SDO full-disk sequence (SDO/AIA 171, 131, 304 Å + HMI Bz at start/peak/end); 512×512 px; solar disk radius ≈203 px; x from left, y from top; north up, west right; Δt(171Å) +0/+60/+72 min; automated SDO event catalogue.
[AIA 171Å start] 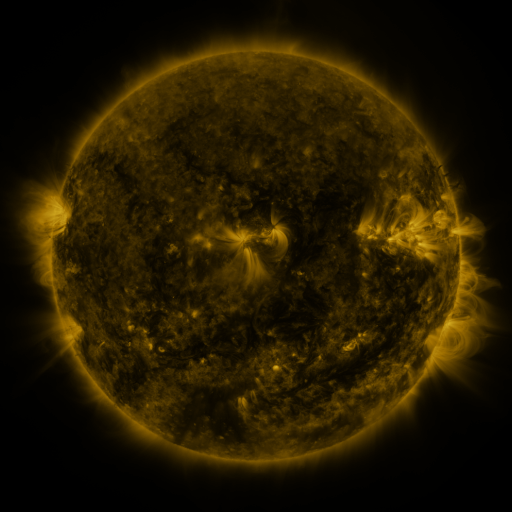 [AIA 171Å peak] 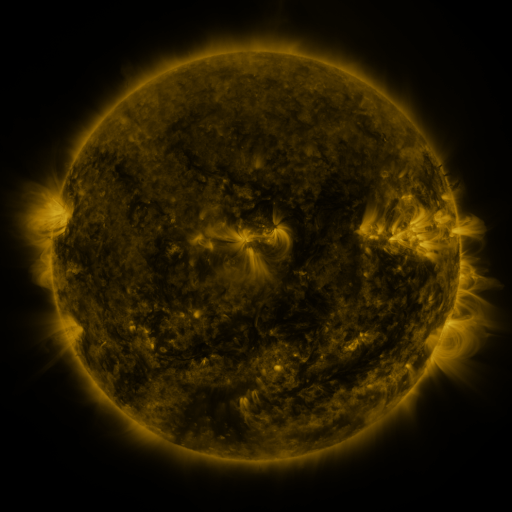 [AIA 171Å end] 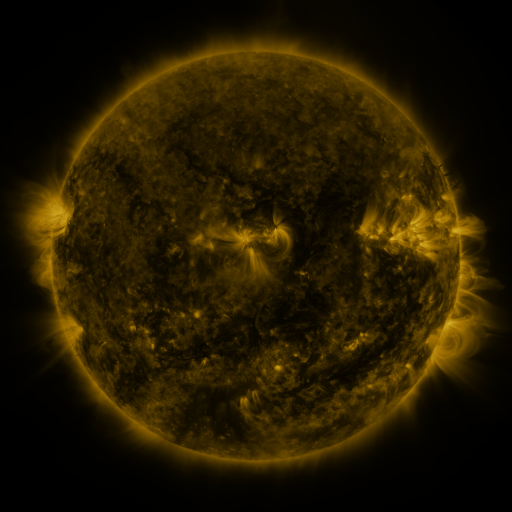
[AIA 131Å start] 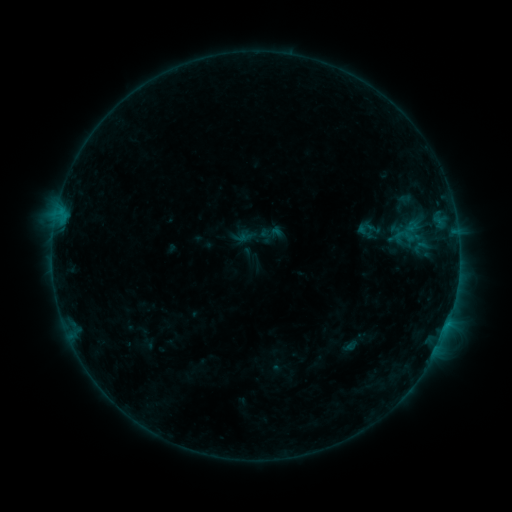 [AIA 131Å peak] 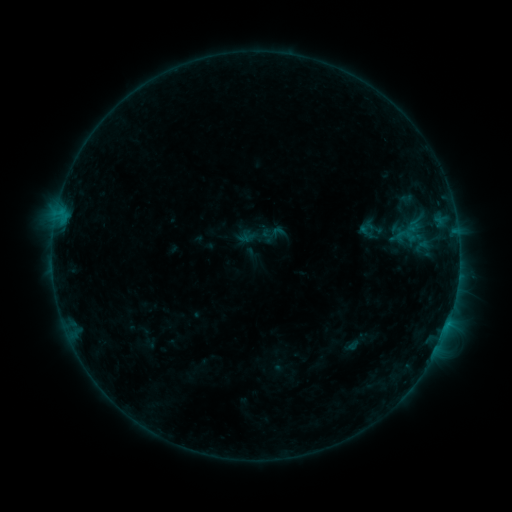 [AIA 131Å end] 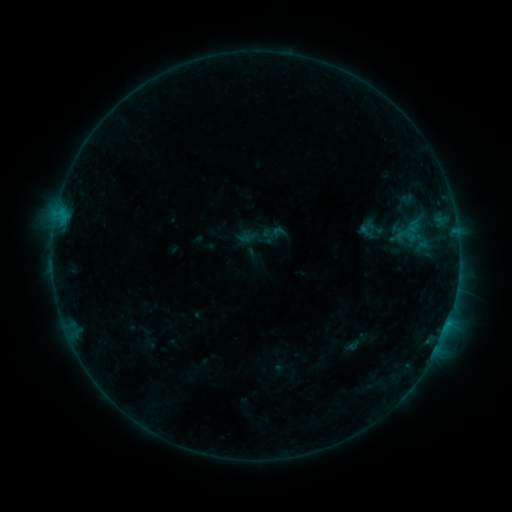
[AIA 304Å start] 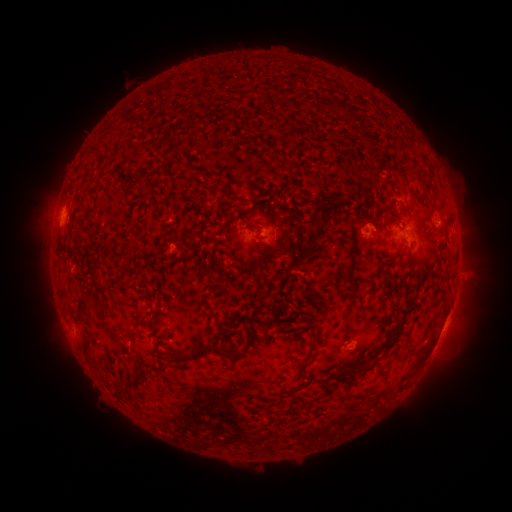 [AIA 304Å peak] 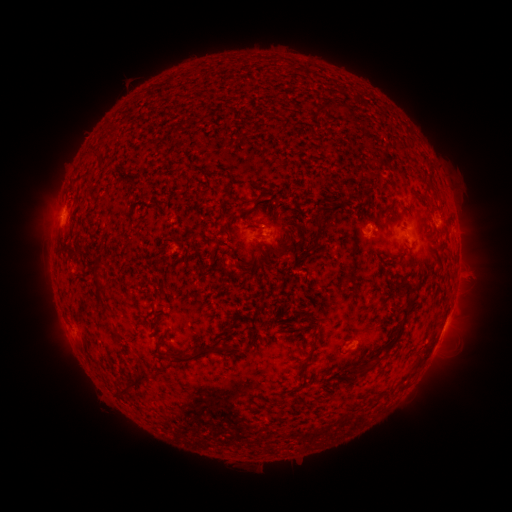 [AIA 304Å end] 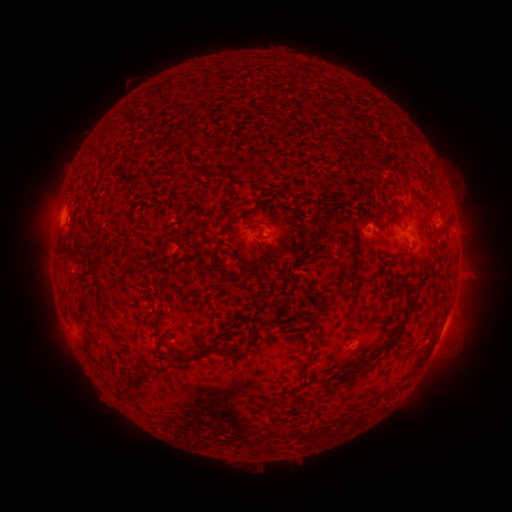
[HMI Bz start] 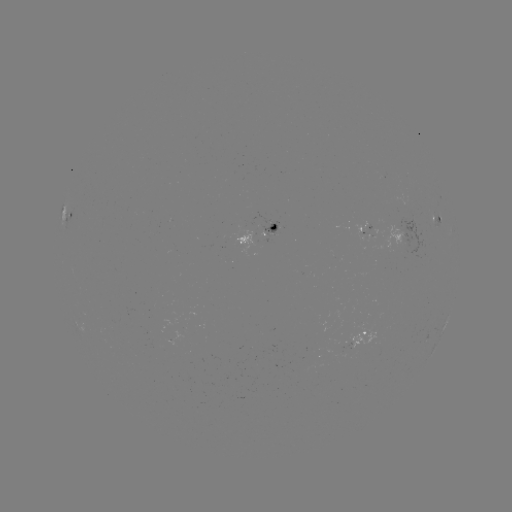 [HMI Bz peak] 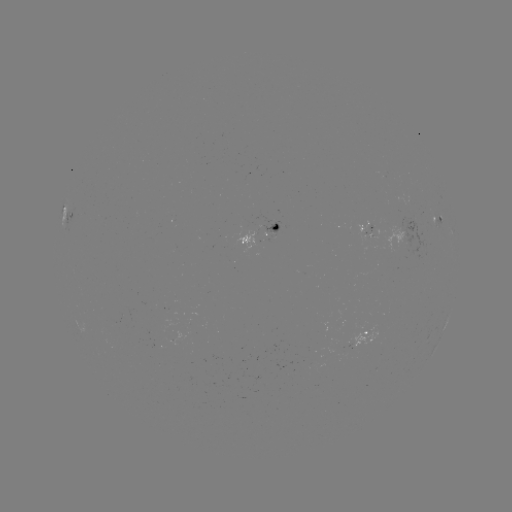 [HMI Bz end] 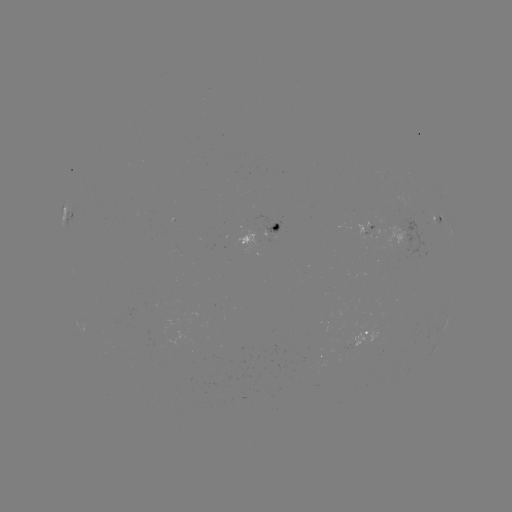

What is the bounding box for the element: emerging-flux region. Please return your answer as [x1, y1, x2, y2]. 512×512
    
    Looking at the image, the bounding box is [362, 224, 378, 244].